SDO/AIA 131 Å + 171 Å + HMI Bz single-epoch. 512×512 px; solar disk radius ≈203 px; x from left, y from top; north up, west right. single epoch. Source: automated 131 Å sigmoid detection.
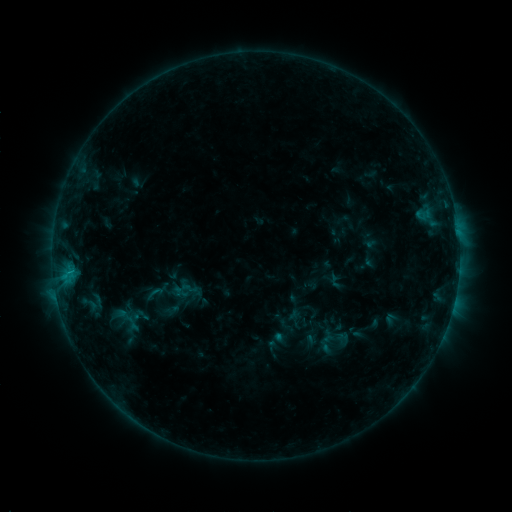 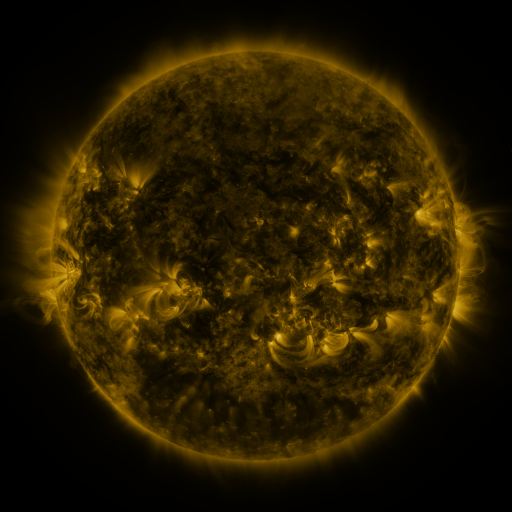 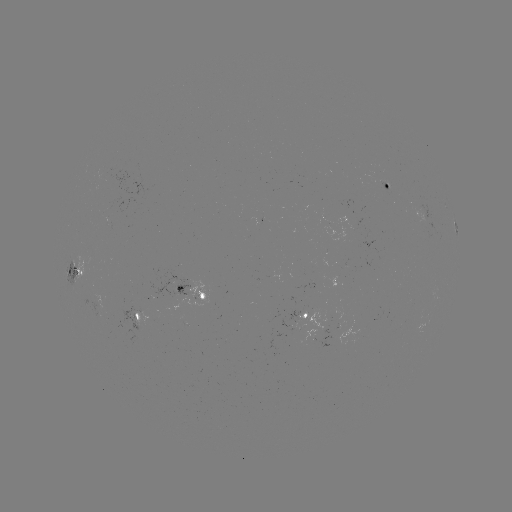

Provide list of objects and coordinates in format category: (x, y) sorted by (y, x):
sigmoid: (154, 293)
